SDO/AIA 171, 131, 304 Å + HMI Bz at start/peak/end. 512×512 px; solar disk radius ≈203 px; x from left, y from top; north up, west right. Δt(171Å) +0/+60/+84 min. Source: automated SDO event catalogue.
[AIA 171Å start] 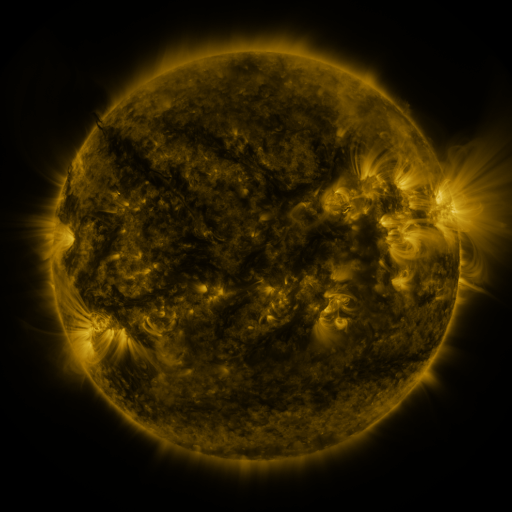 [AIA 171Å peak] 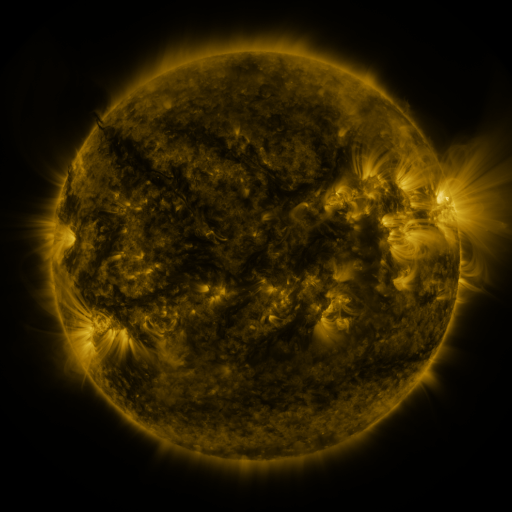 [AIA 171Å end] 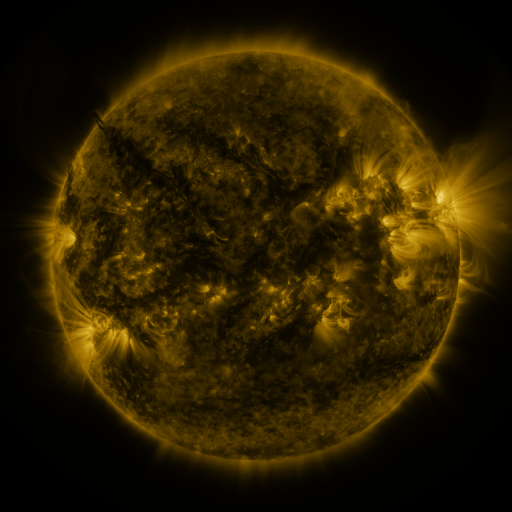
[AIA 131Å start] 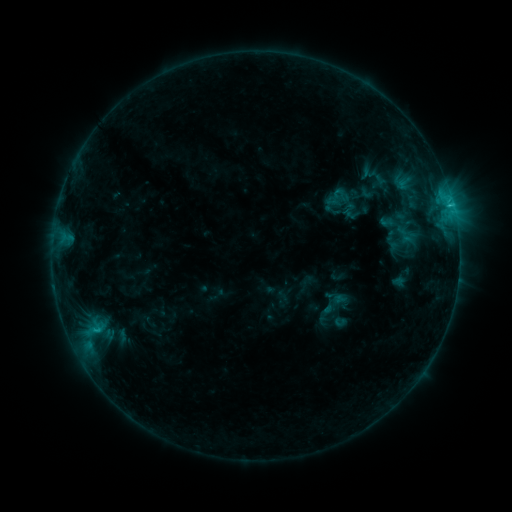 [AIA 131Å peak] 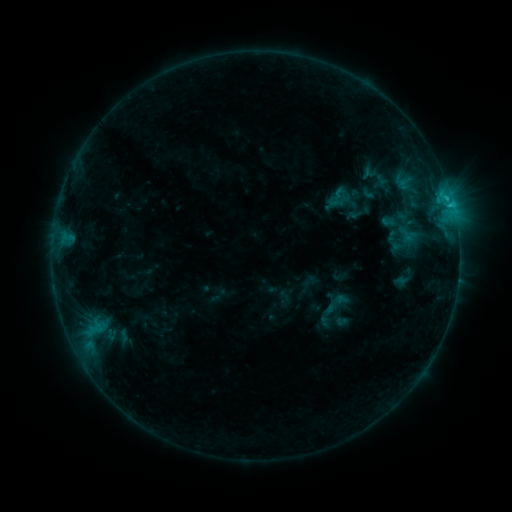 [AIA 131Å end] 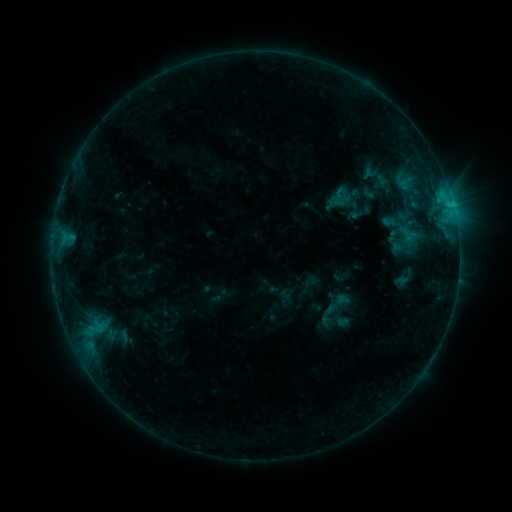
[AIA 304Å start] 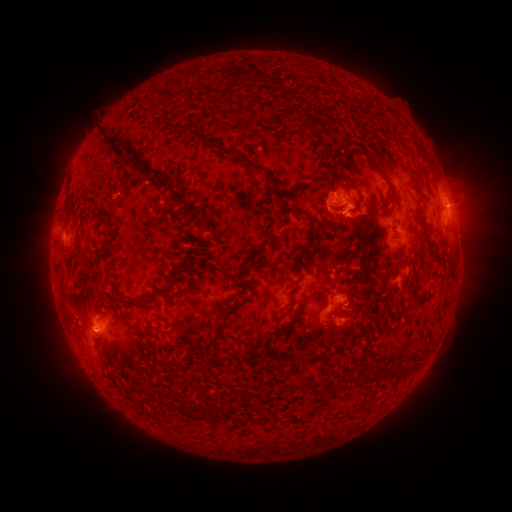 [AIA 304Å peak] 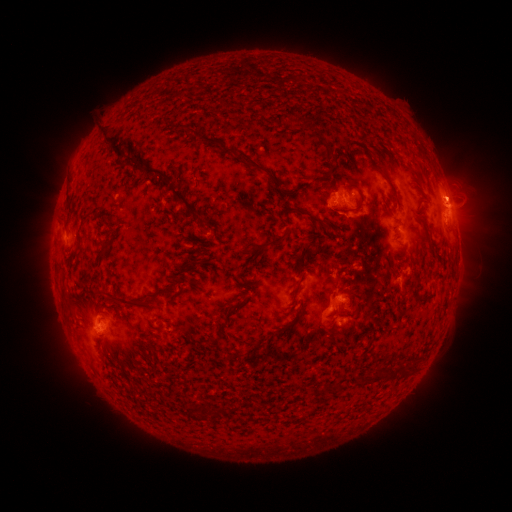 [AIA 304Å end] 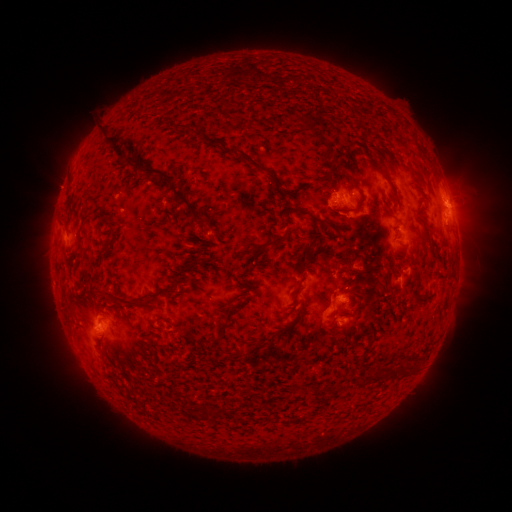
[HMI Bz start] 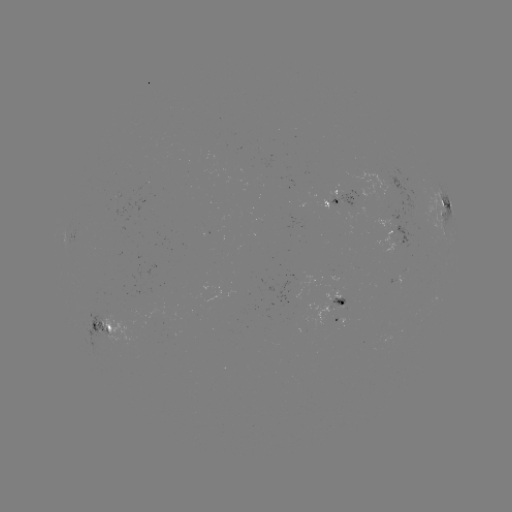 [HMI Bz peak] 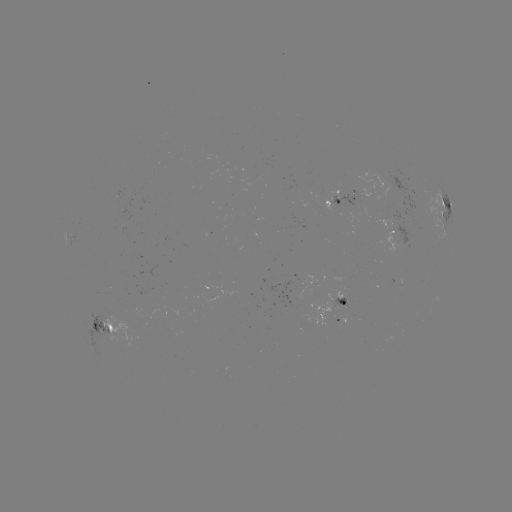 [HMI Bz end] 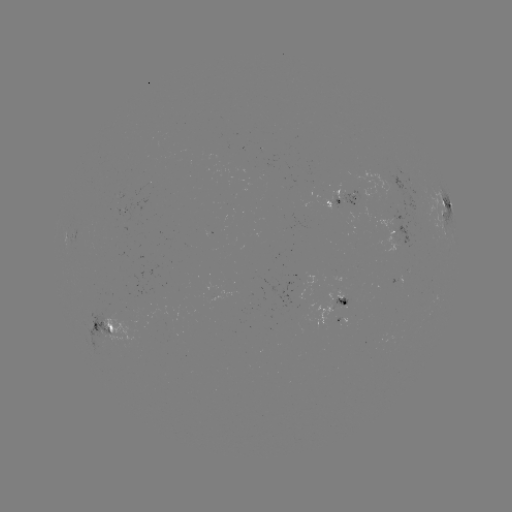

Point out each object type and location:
emerging-flux region: (302, 278)
